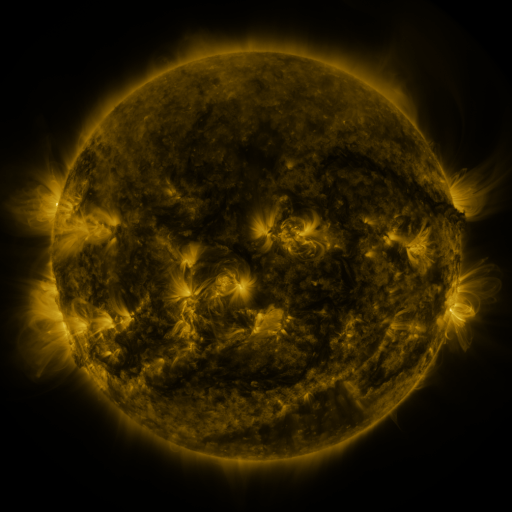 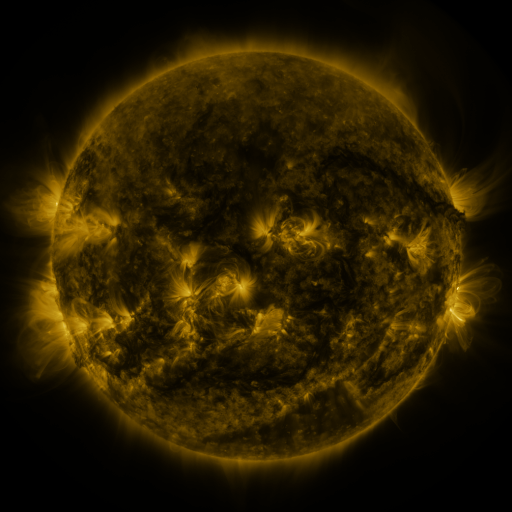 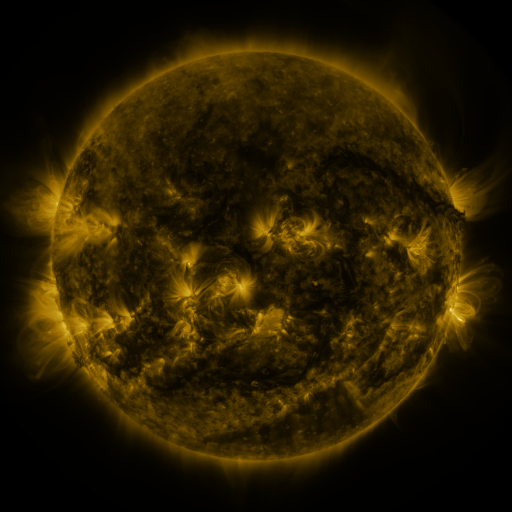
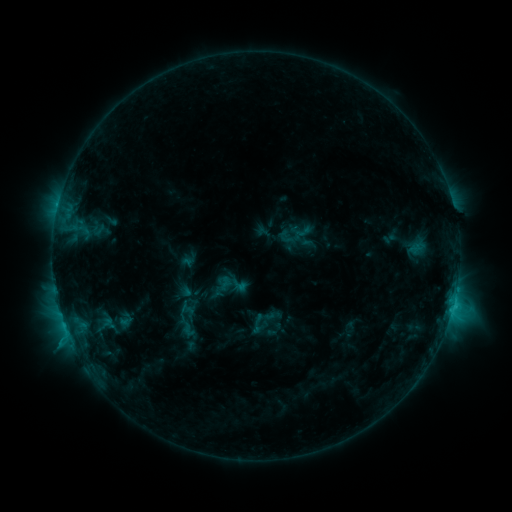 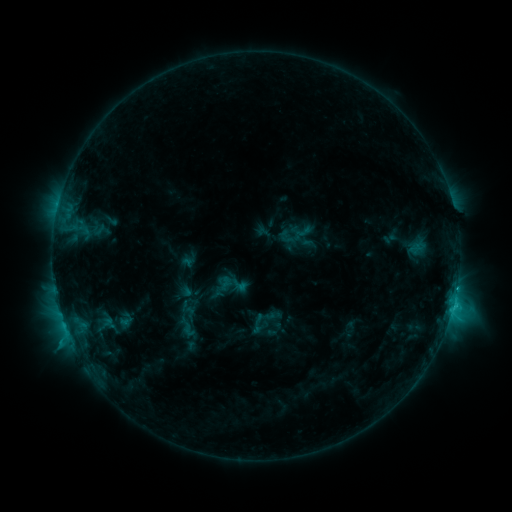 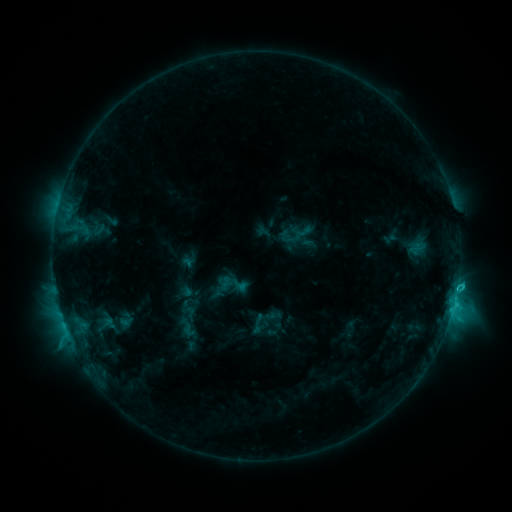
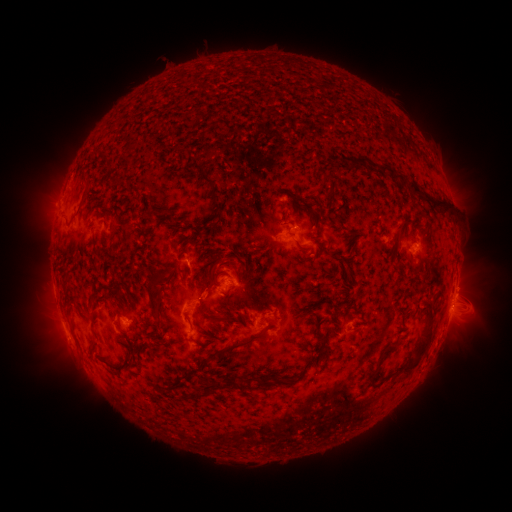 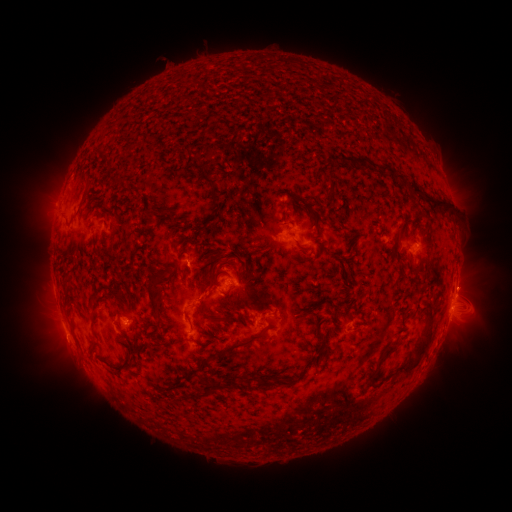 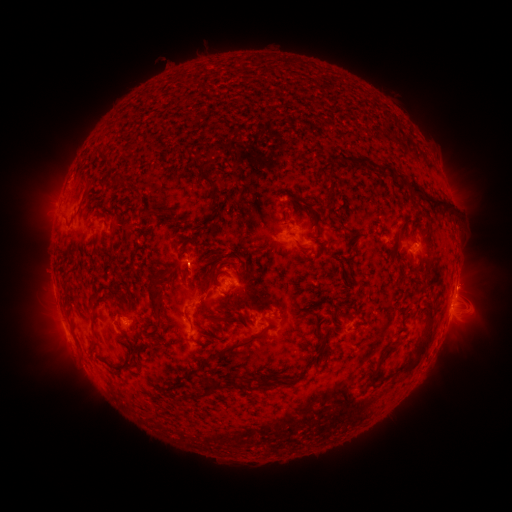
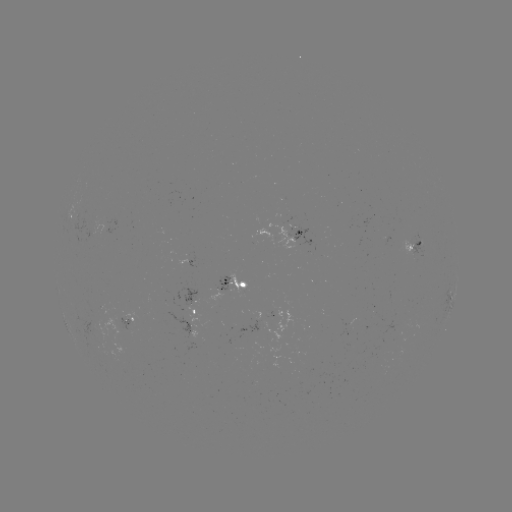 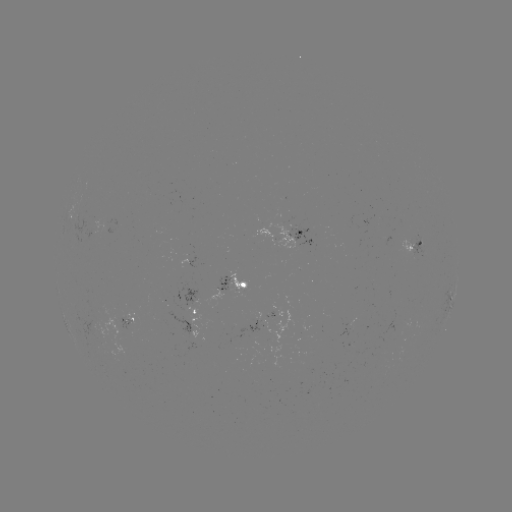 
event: flare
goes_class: C3.2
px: (456, 288)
